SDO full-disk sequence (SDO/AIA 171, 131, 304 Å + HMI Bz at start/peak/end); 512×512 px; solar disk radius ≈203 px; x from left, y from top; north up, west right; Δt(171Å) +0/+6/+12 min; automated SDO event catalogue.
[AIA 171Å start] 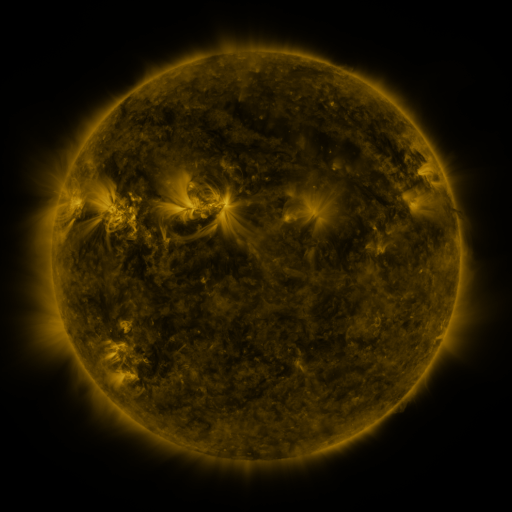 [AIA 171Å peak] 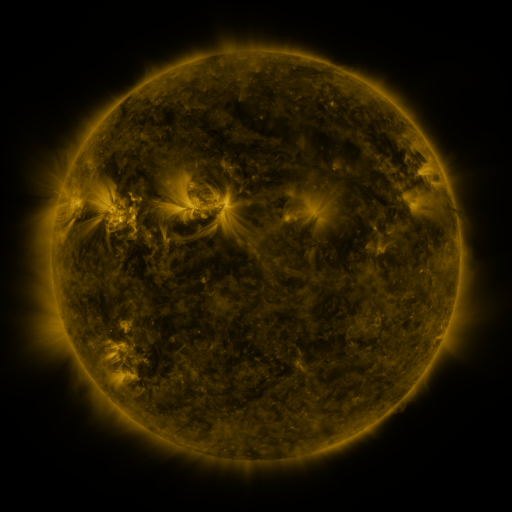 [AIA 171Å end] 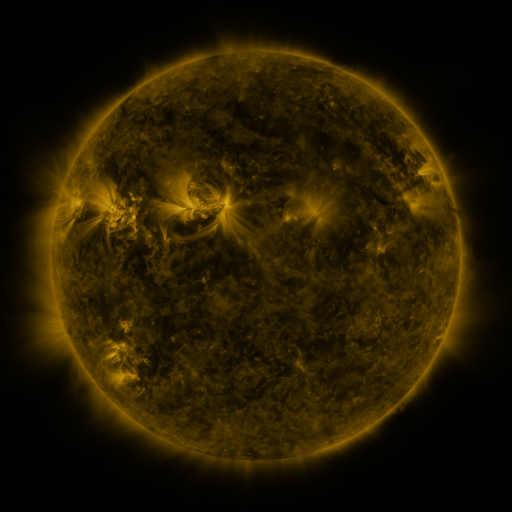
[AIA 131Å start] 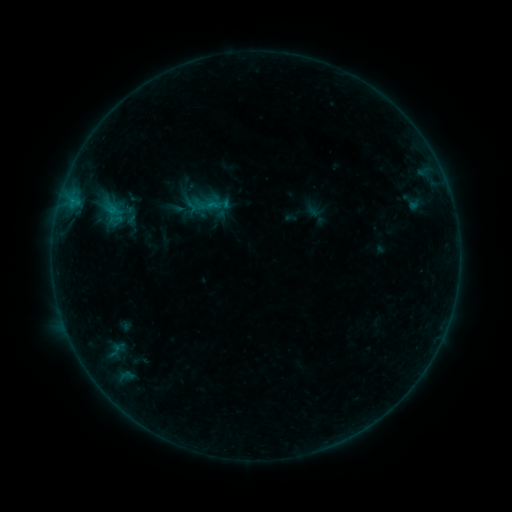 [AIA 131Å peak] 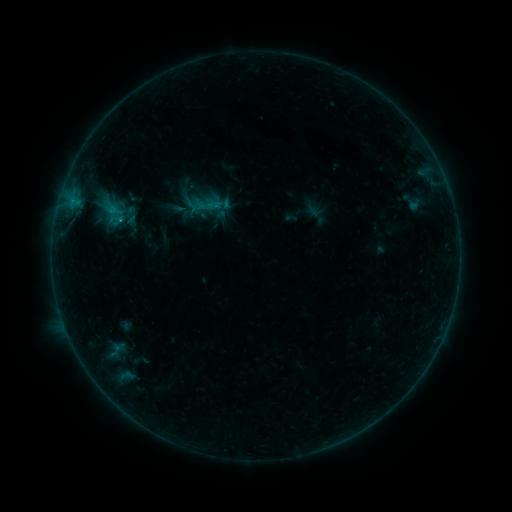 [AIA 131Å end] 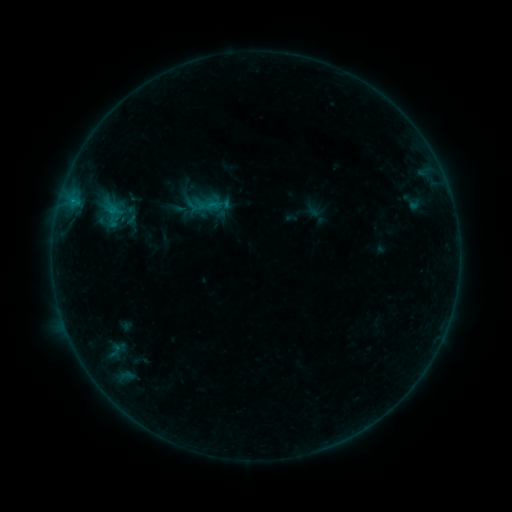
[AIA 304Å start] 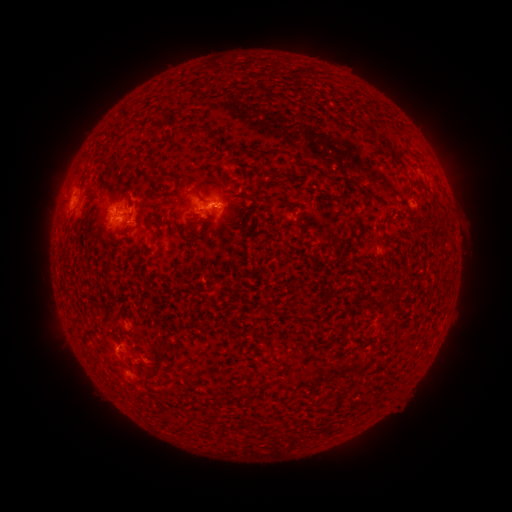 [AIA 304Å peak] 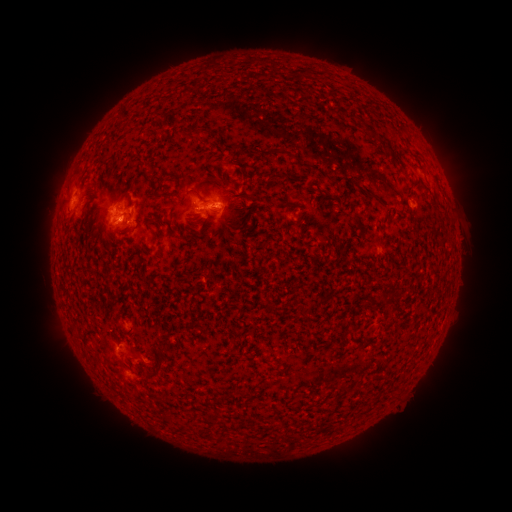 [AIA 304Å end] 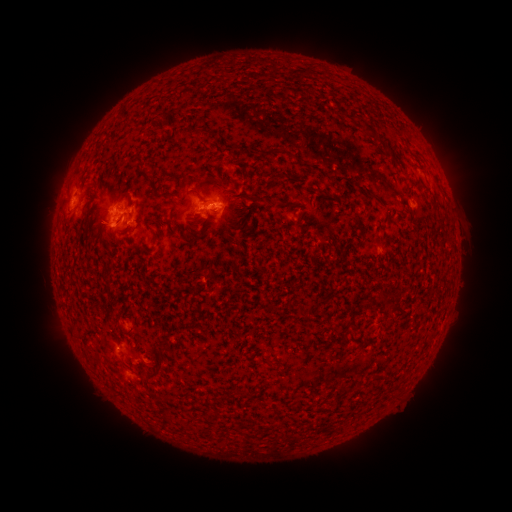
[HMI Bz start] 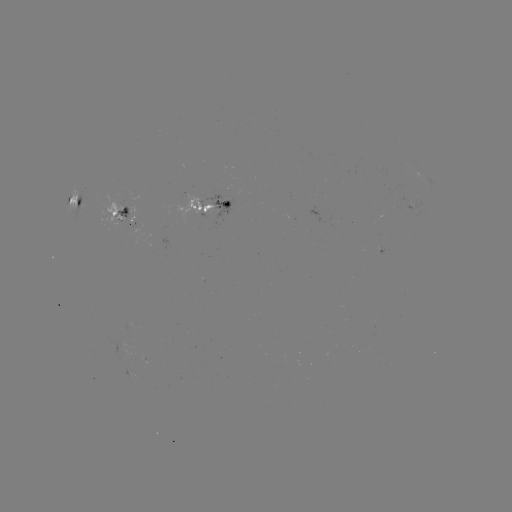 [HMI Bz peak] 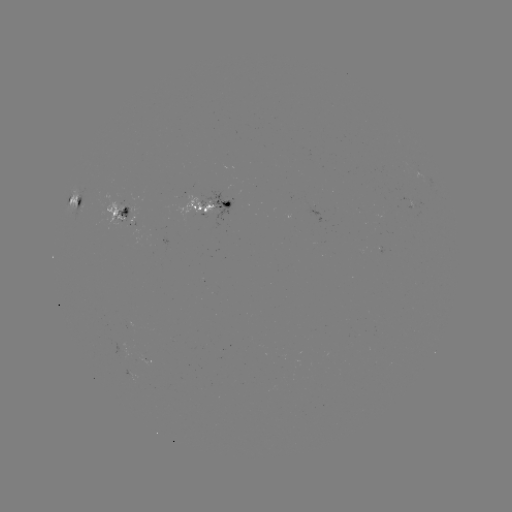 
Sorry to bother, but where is C1.4 flare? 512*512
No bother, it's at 120,224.